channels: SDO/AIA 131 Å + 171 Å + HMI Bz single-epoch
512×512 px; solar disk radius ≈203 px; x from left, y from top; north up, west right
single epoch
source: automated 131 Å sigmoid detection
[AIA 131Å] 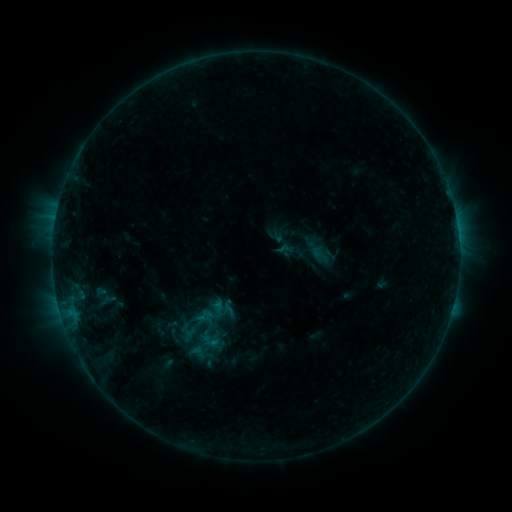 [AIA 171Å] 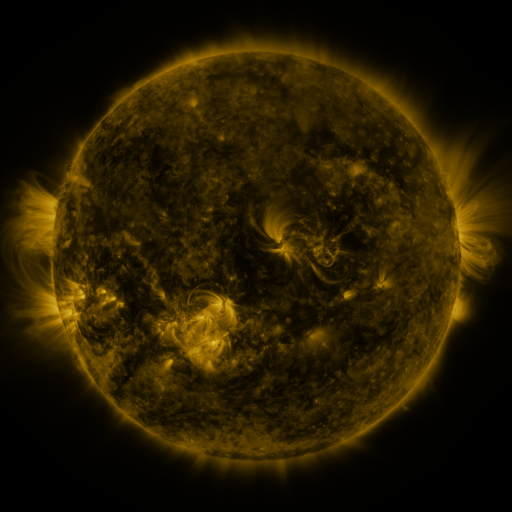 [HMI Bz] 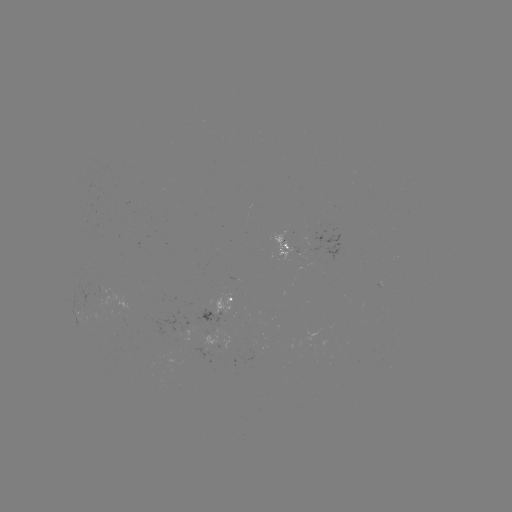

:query sigmoid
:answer [204, 316]